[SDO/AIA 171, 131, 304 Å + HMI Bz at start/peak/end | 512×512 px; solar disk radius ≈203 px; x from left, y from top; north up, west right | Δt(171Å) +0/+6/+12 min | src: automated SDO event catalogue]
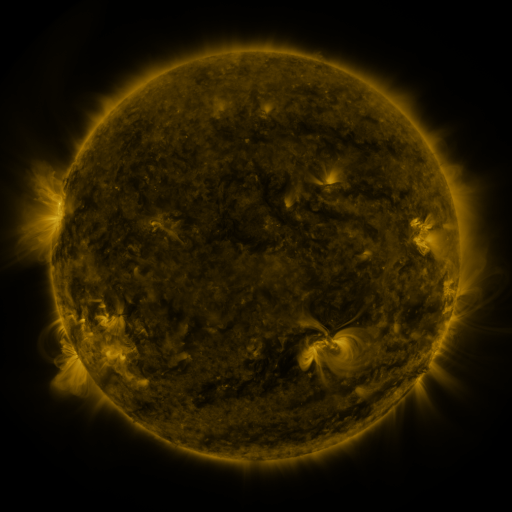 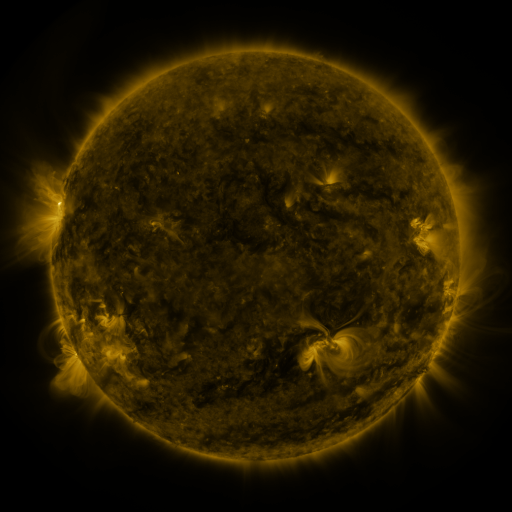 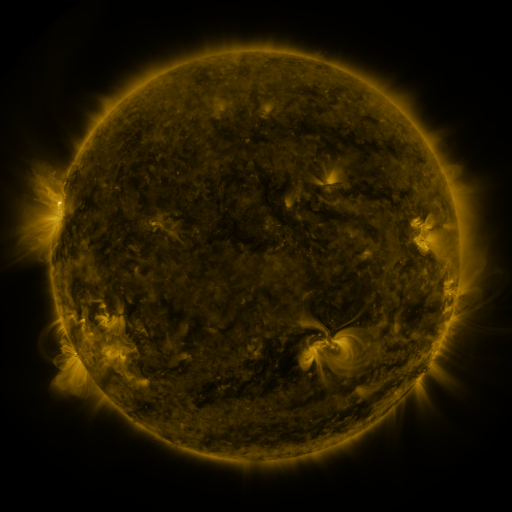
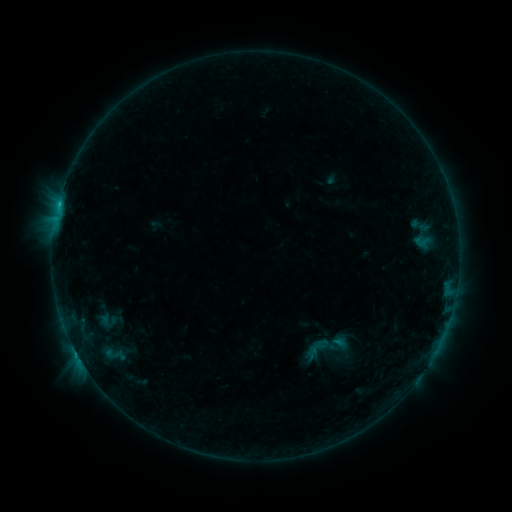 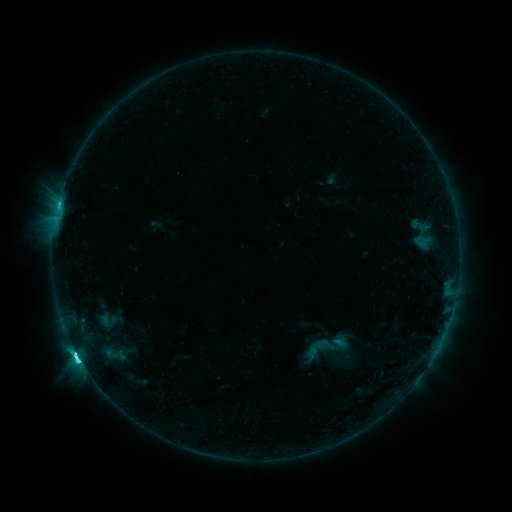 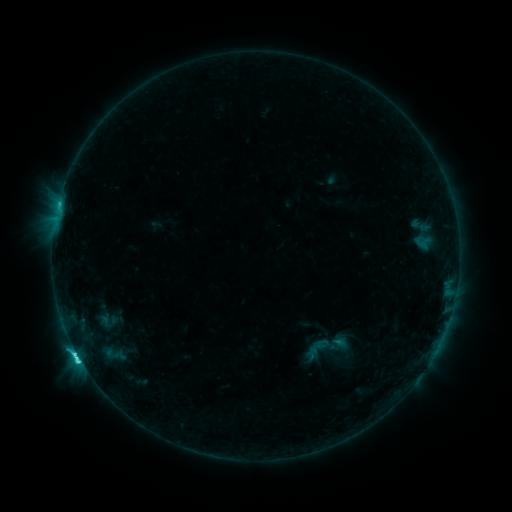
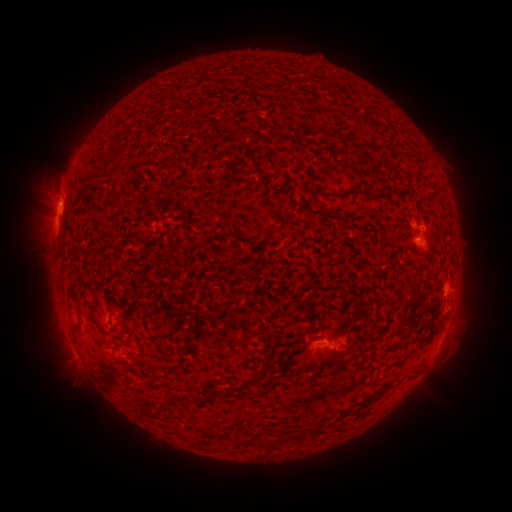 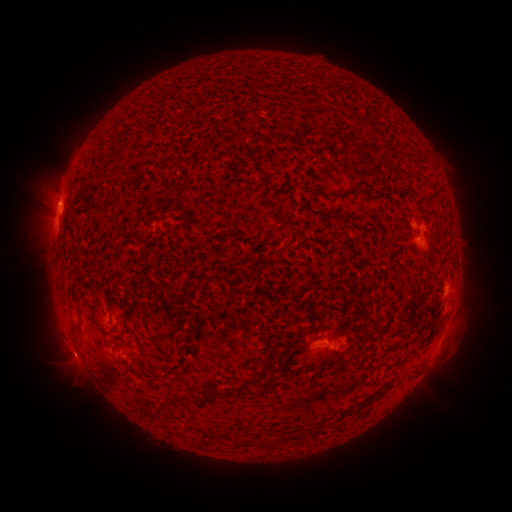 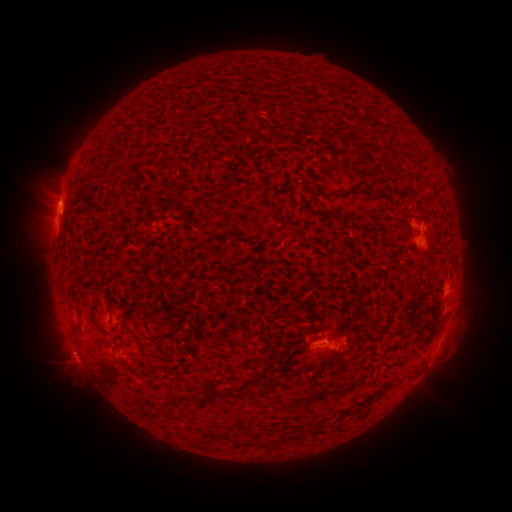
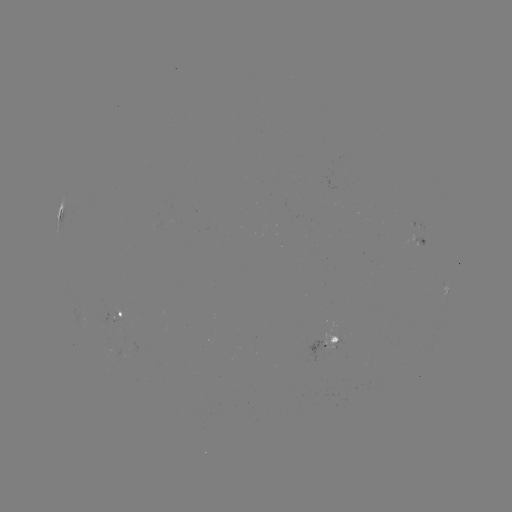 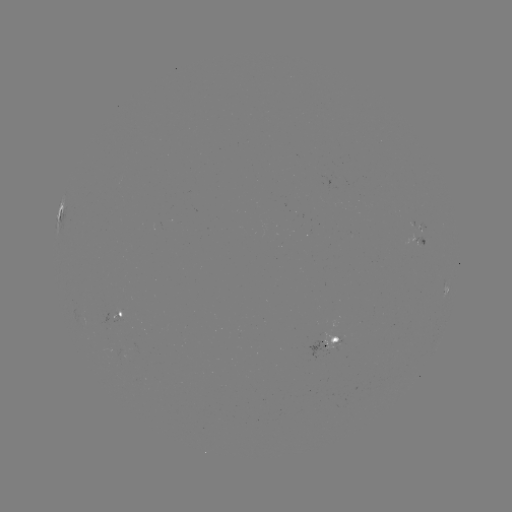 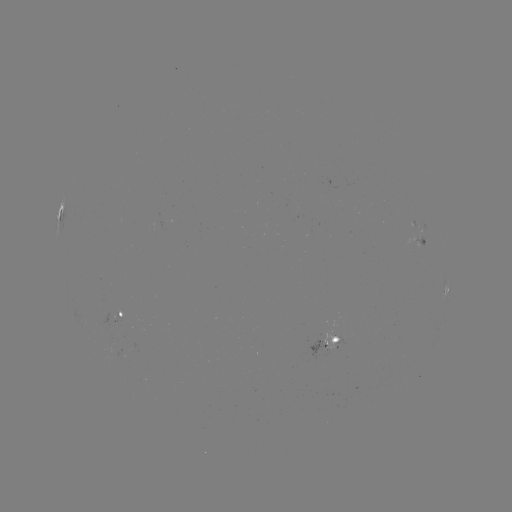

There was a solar flare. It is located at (78, 355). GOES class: C5.9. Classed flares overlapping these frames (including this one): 1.